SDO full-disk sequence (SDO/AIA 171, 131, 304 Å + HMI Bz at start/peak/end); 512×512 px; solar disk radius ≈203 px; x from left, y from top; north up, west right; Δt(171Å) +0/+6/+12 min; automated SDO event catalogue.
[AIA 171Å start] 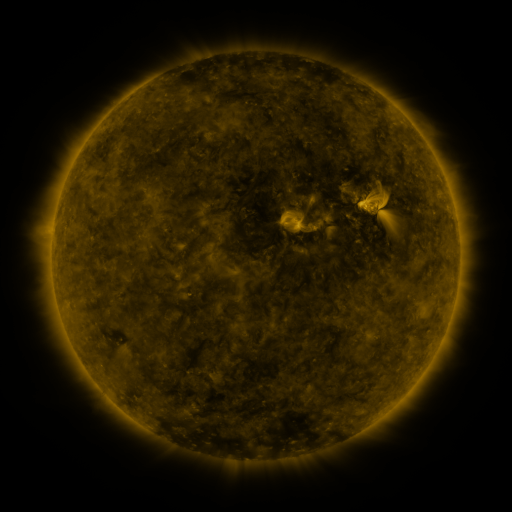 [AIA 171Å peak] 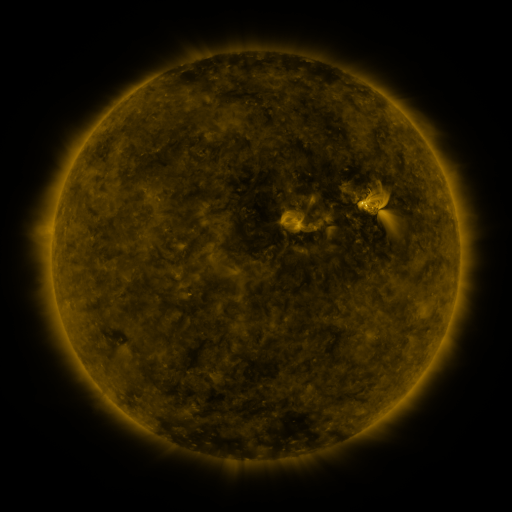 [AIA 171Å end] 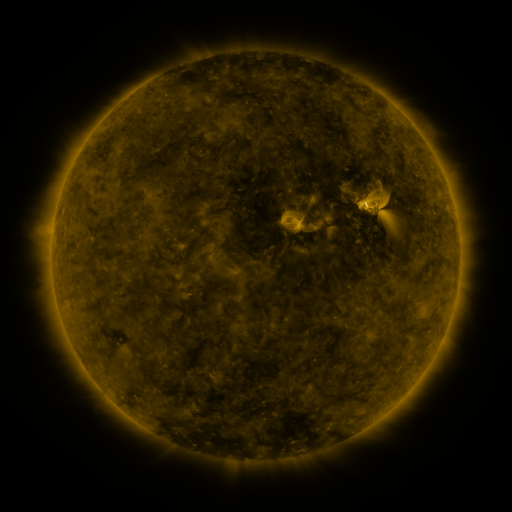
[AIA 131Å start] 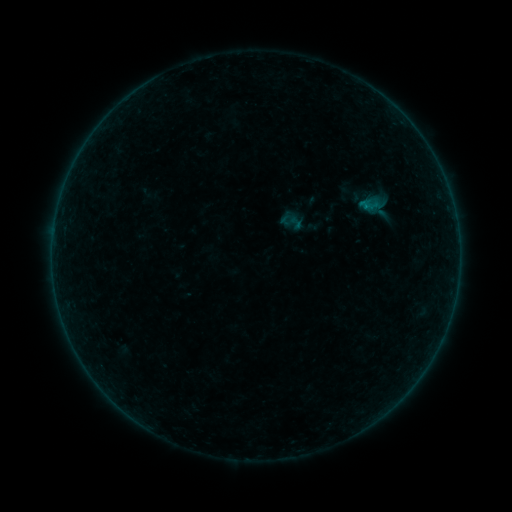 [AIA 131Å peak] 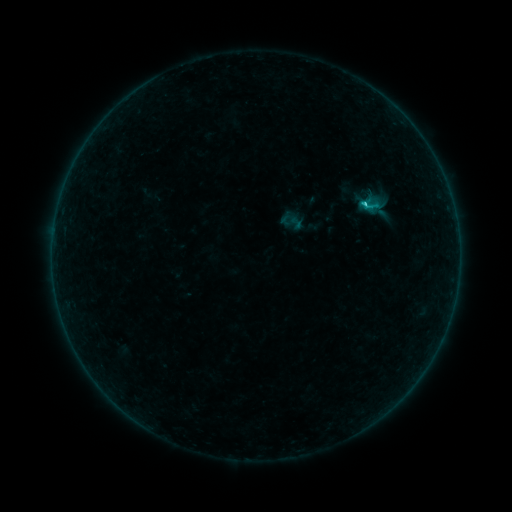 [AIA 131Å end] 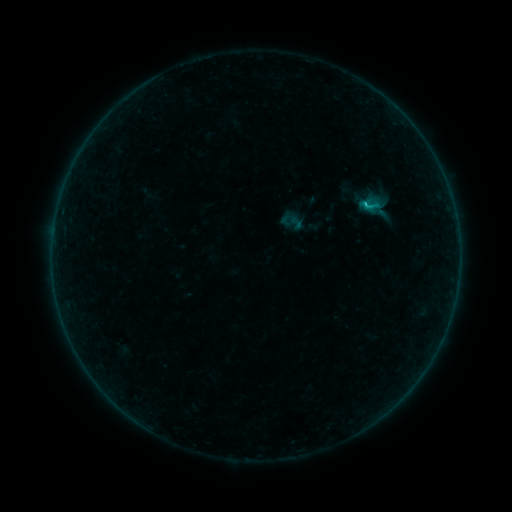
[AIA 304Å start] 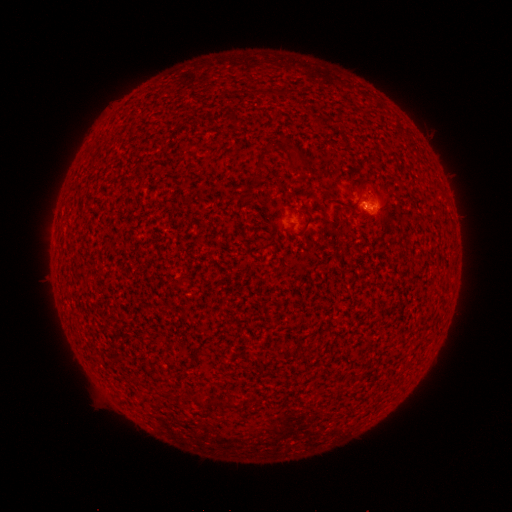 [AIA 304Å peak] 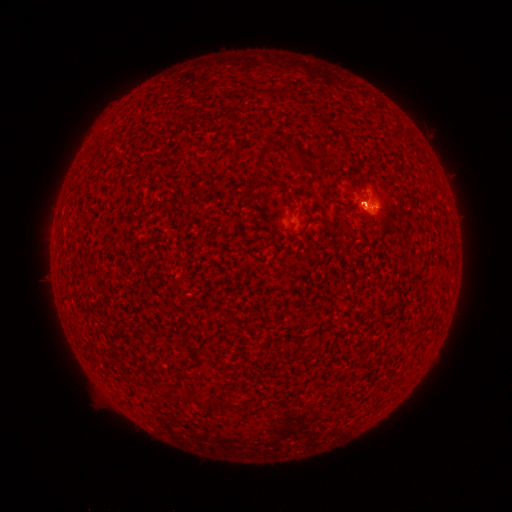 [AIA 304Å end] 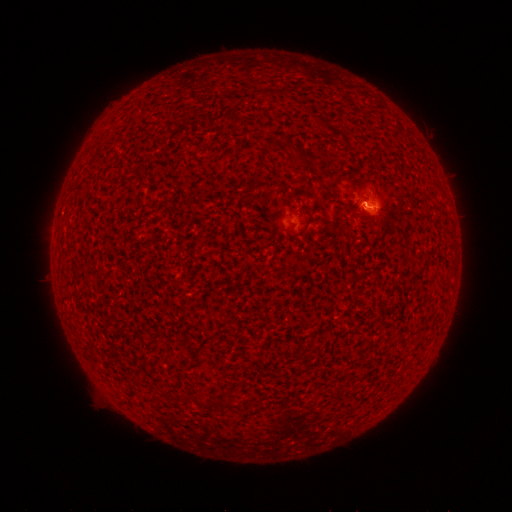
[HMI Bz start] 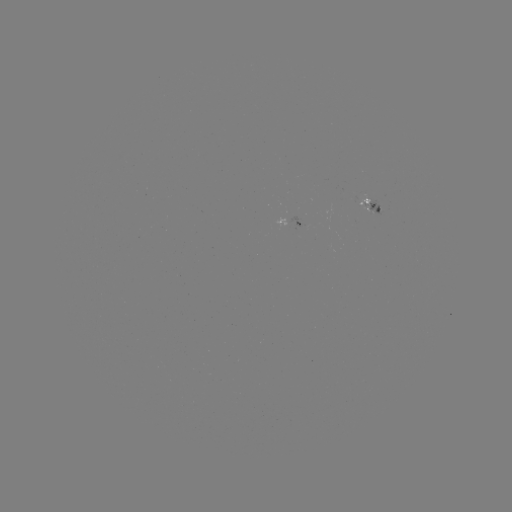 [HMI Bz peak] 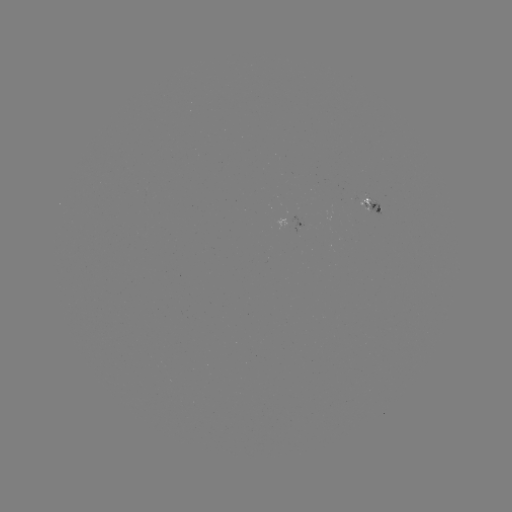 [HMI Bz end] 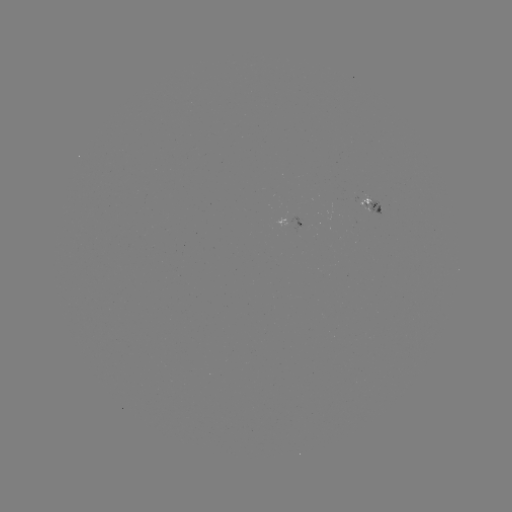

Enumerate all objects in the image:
B8.0 flare: (363, 206)
